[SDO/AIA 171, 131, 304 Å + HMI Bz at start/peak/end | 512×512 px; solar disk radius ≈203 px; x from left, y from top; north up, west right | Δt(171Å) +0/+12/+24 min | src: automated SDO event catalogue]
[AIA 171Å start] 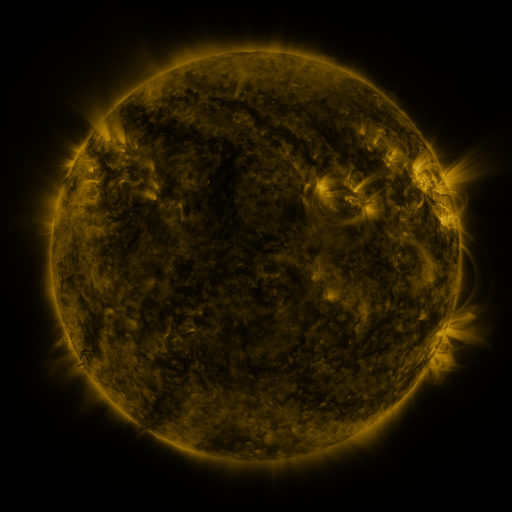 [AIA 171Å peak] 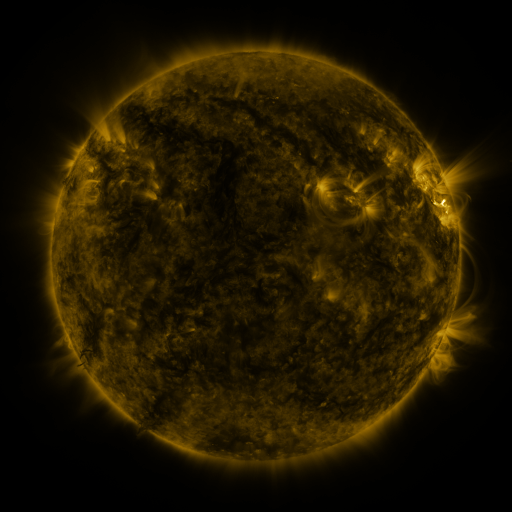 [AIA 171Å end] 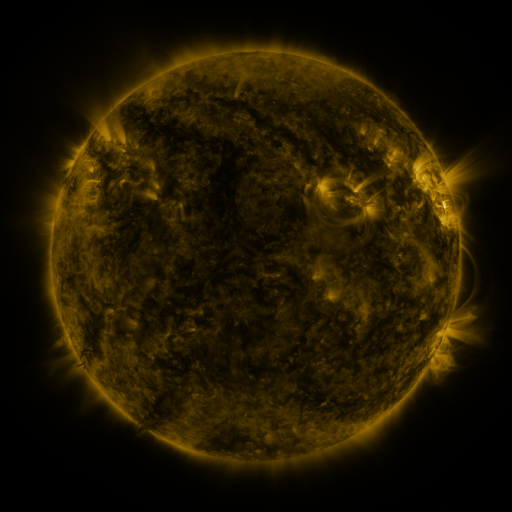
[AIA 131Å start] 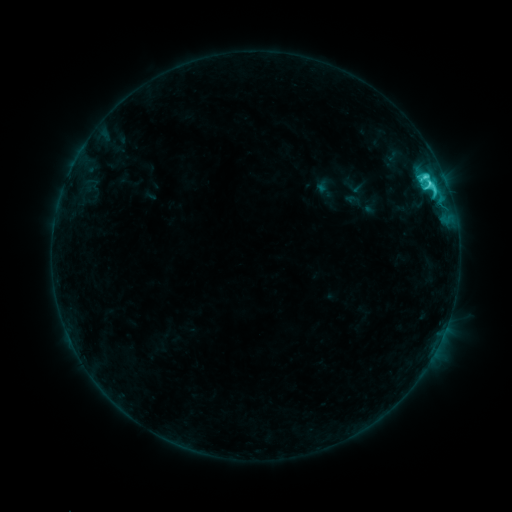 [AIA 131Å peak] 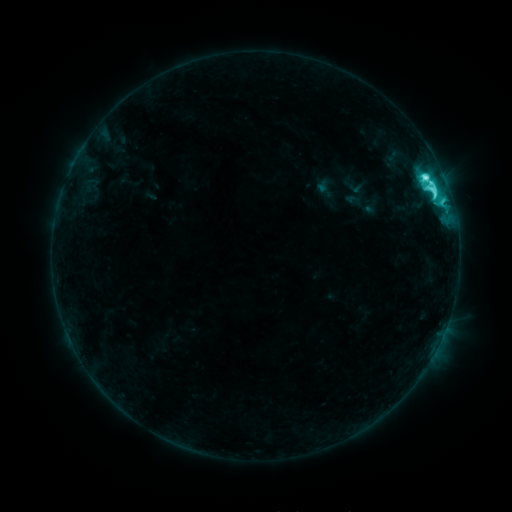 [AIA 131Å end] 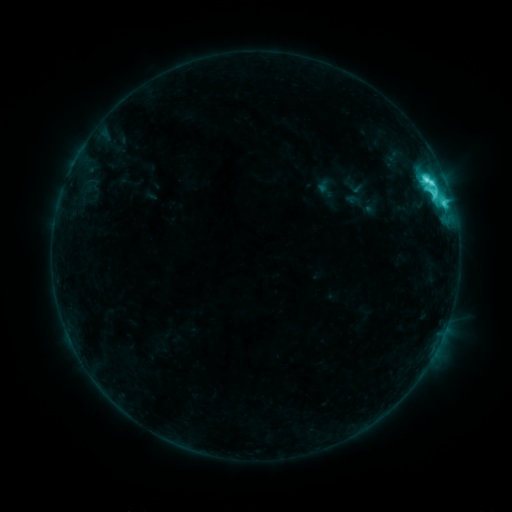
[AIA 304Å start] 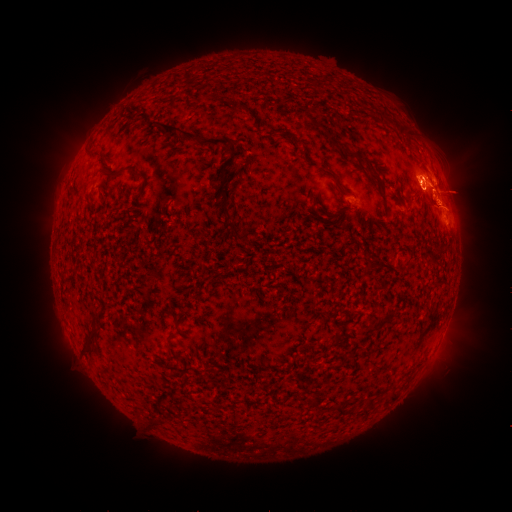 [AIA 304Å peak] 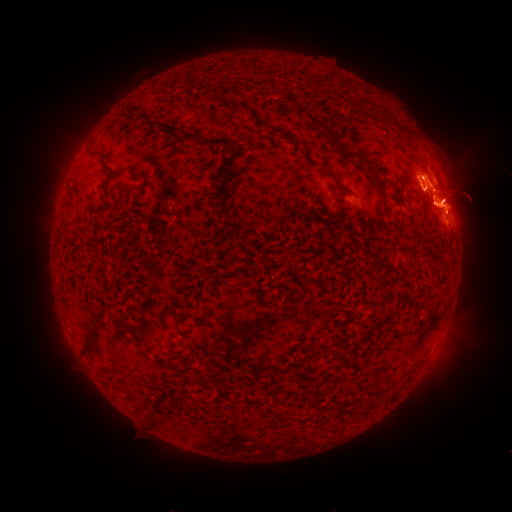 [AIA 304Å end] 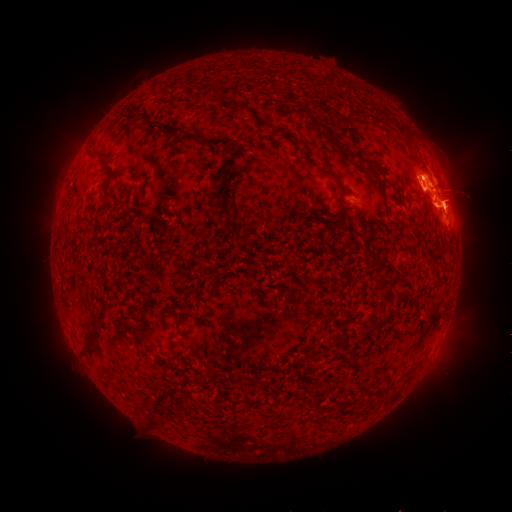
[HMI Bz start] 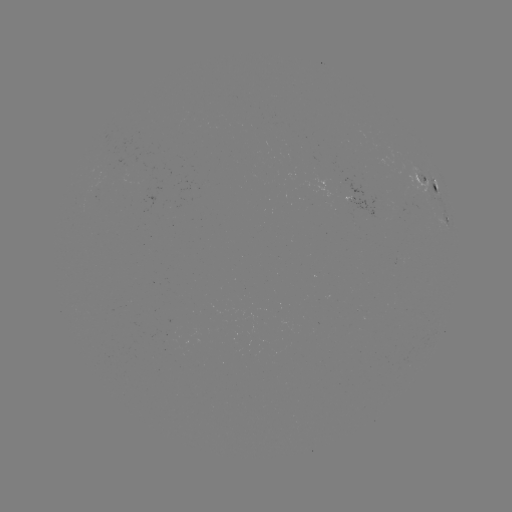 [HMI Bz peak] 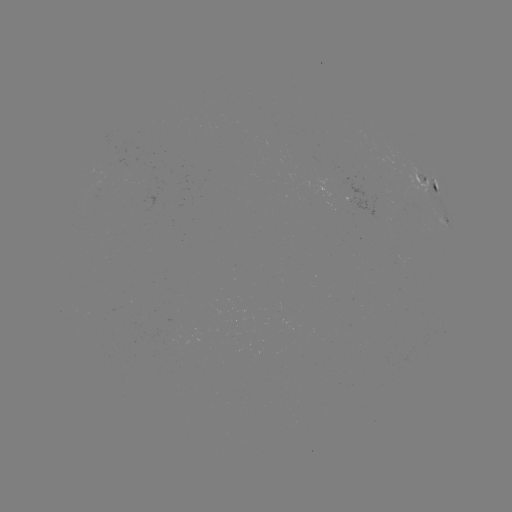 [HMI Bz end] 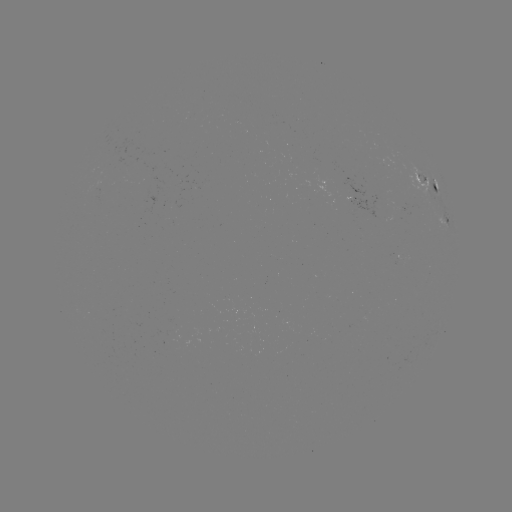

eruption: (399, 123, 499, 265)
